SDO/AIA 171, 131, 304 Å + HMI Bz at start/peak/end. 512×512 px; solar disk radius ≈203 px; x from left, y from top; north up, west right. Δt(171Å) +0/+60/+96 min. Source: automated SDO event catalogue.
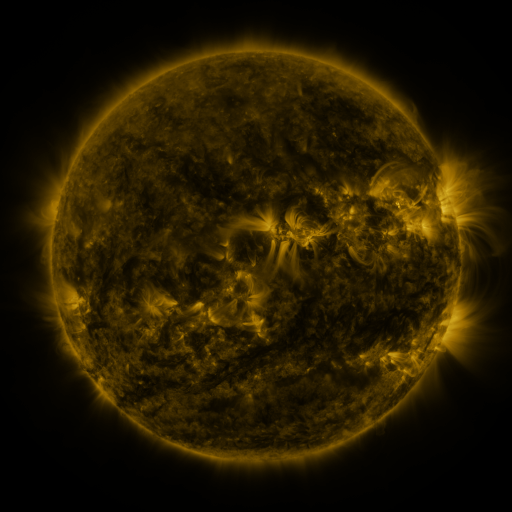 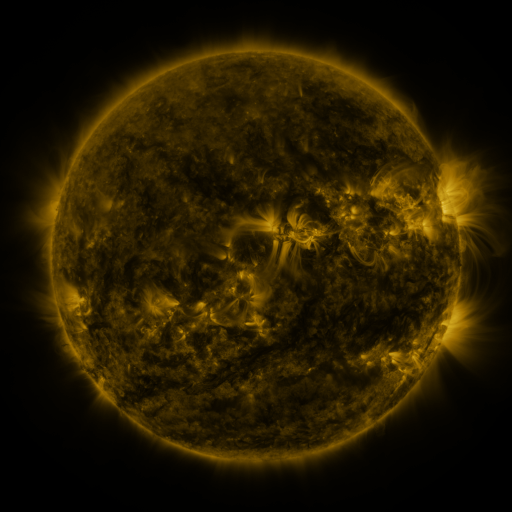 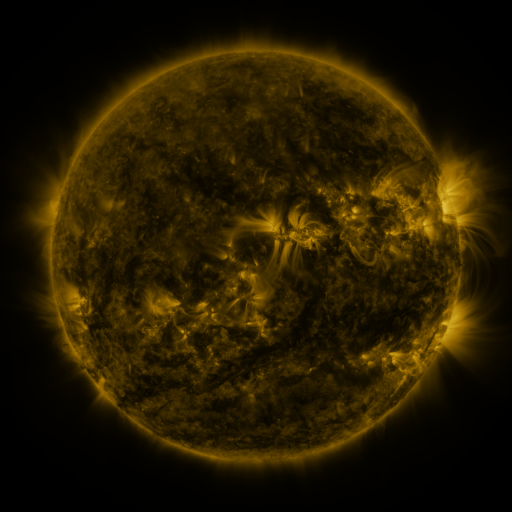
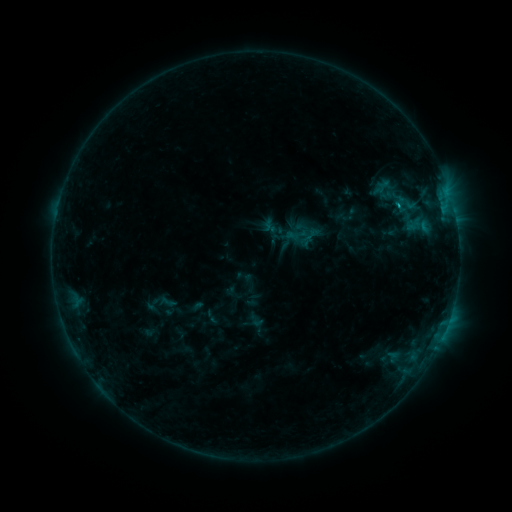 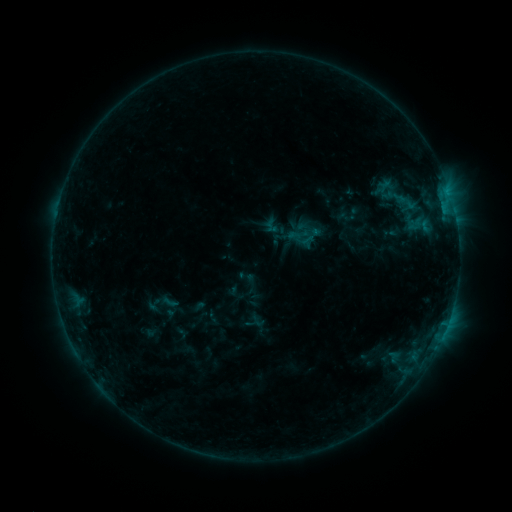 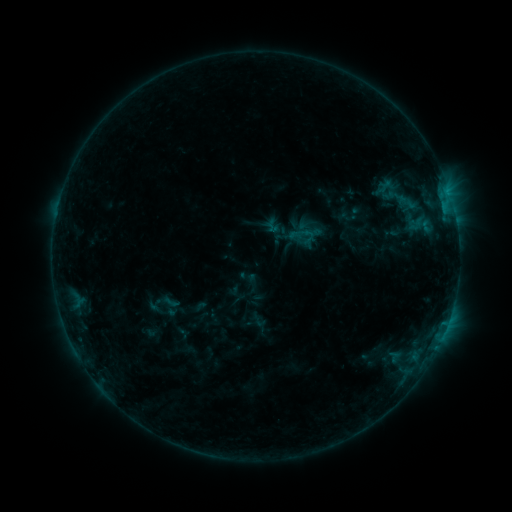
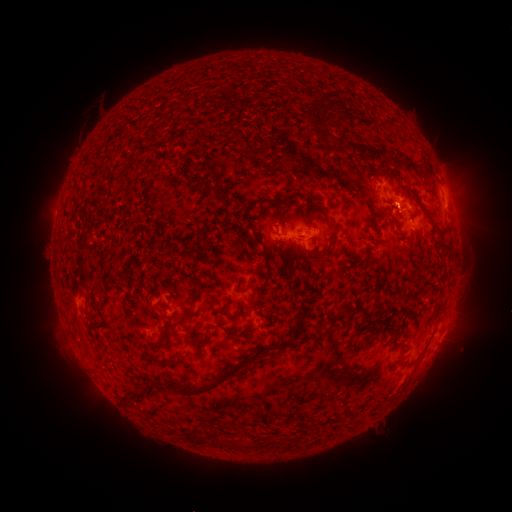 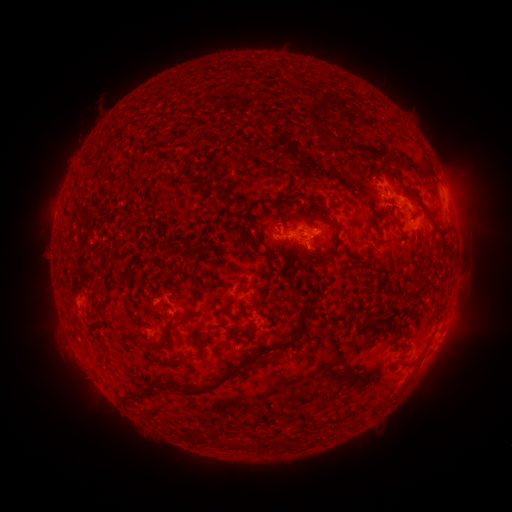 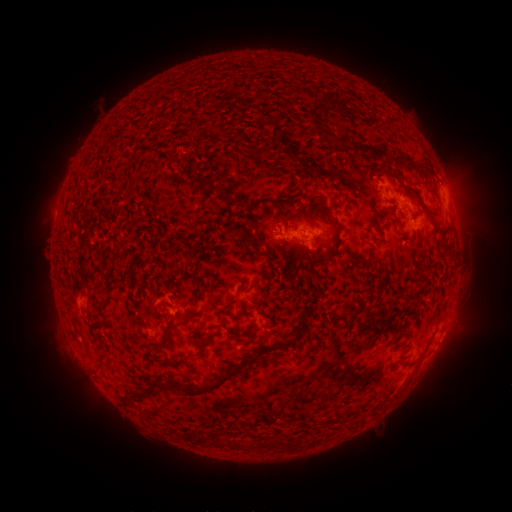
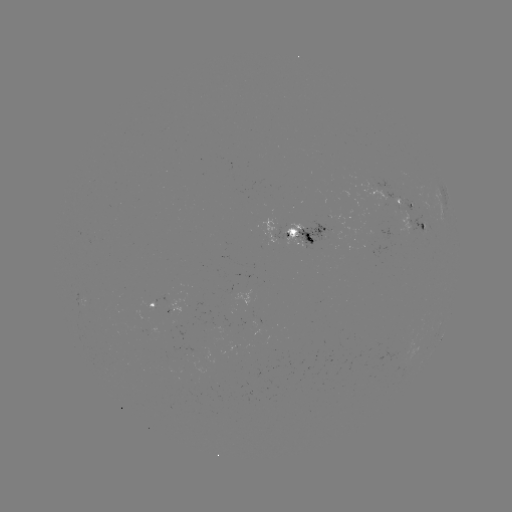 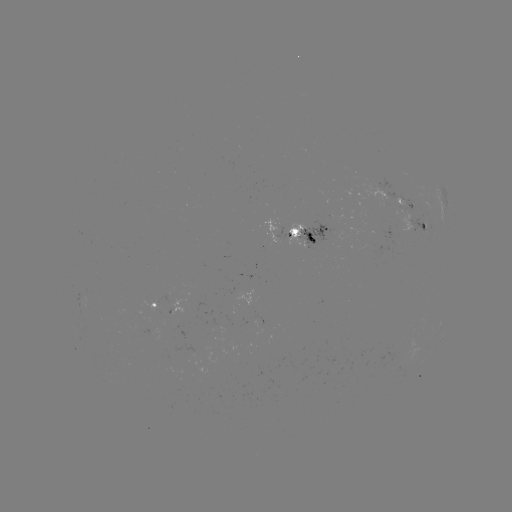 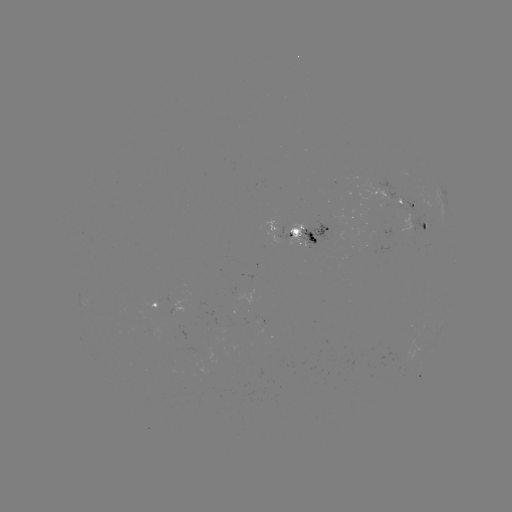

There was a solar emerging-flux region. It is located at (393, 222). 